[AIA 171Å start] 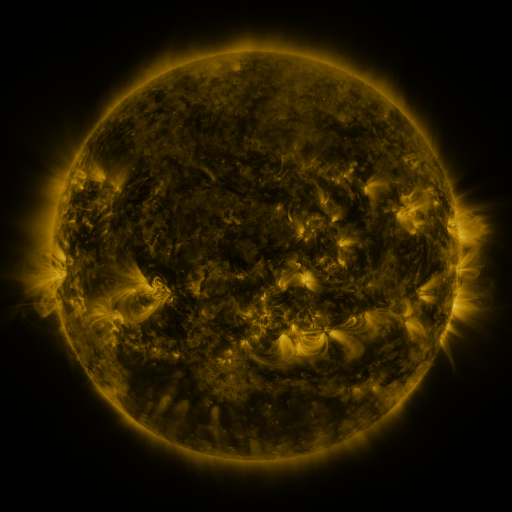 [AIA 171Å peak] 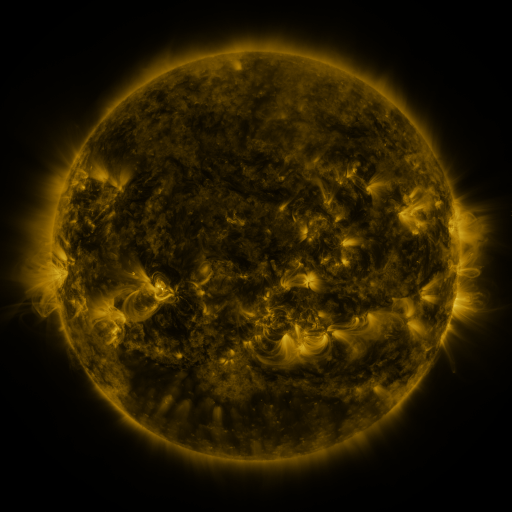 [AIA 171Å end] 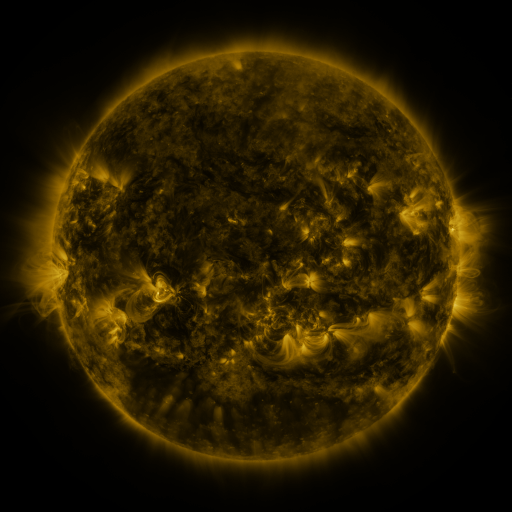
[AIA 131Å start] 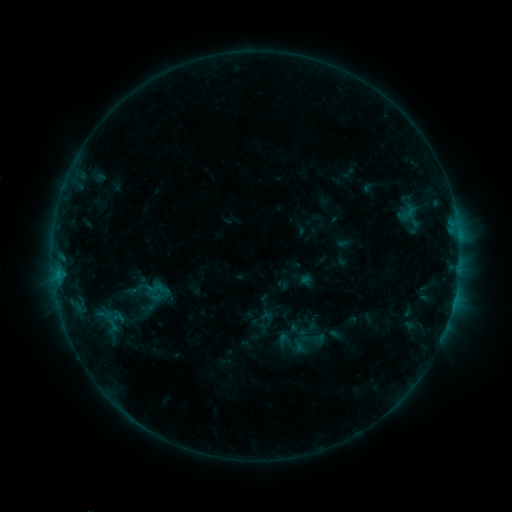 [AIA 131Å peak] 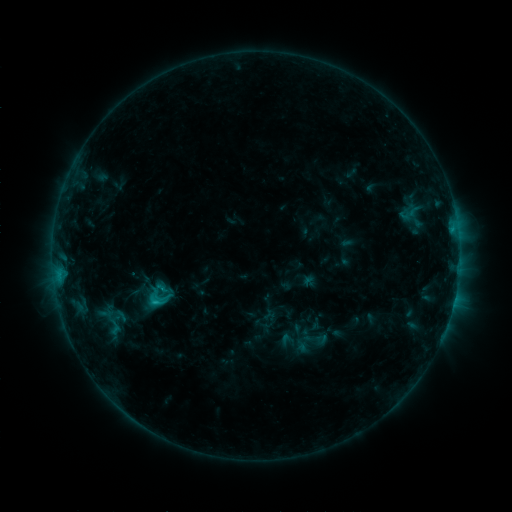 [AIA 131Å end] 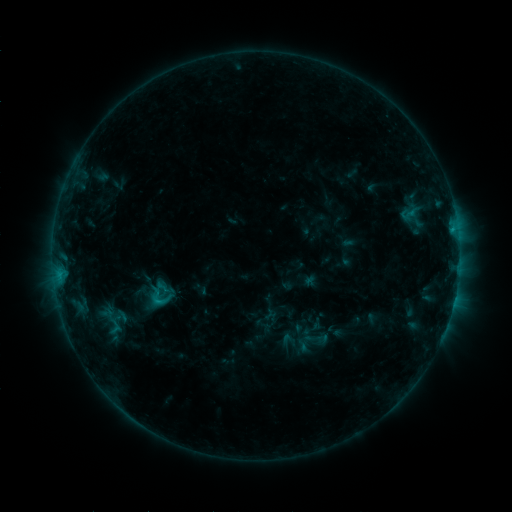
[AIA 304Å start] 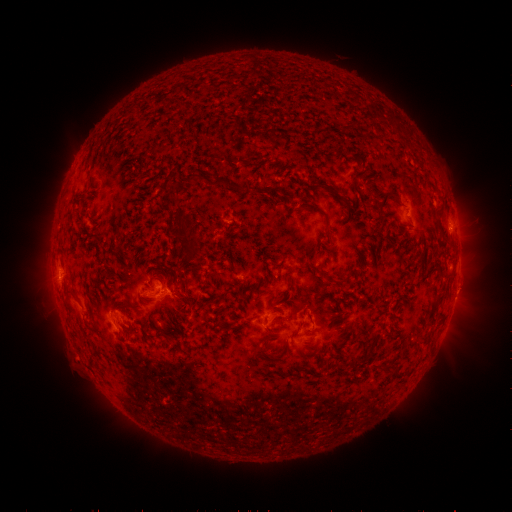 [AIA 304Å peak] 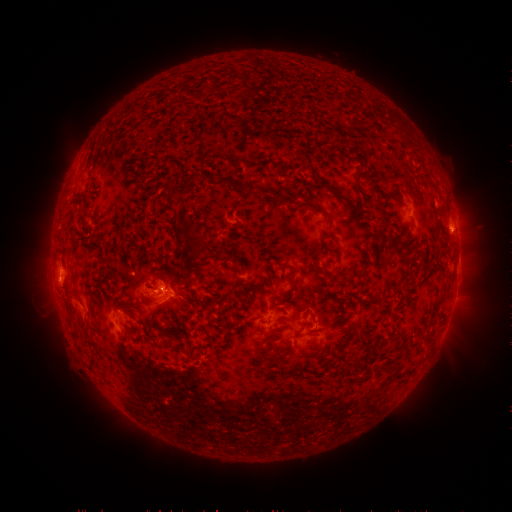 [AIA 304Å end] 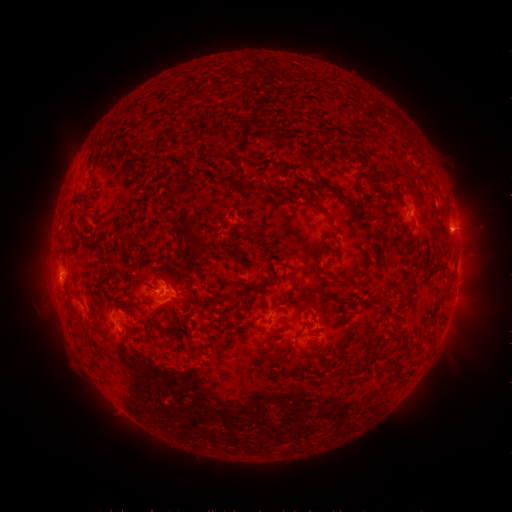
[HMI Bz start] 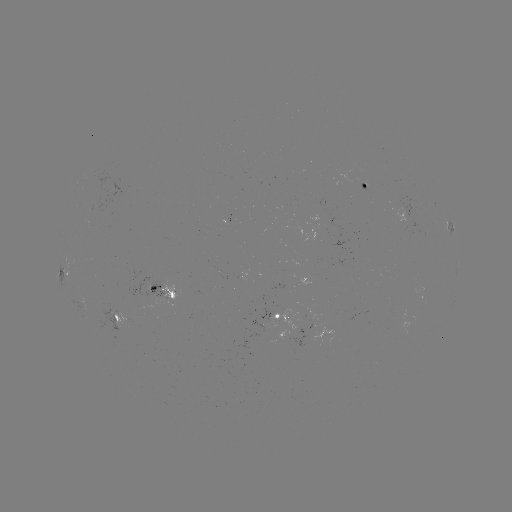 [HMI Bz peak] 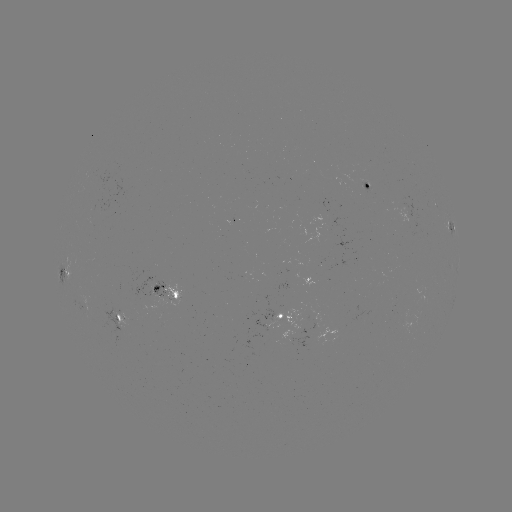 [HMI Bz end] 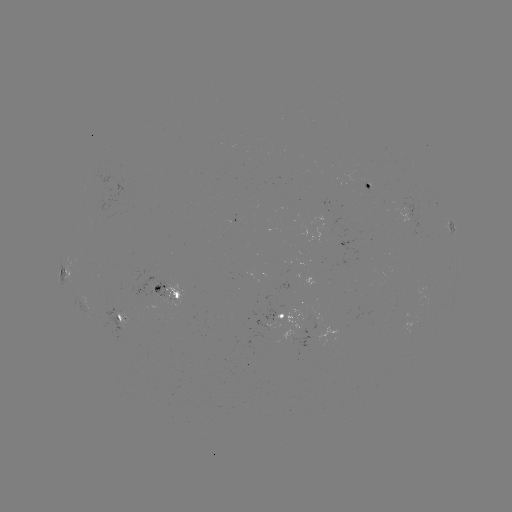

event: emerging-flux region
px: (166, 403)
